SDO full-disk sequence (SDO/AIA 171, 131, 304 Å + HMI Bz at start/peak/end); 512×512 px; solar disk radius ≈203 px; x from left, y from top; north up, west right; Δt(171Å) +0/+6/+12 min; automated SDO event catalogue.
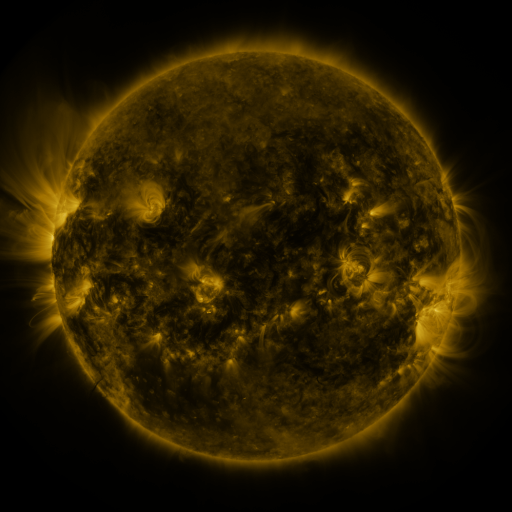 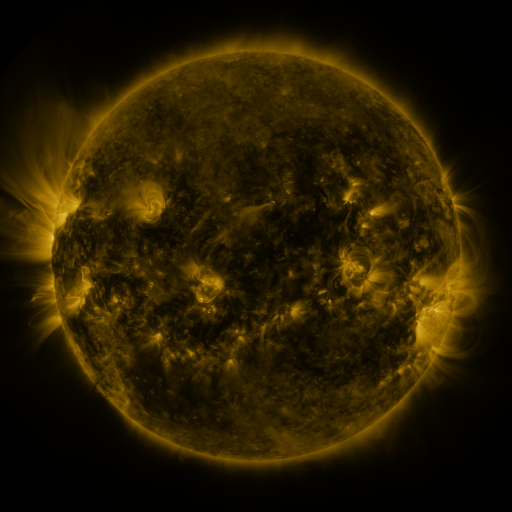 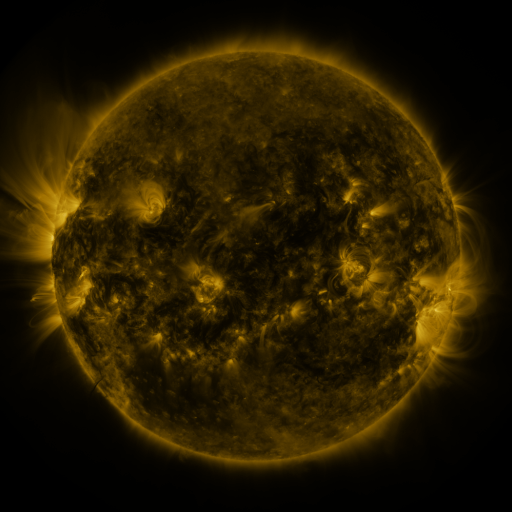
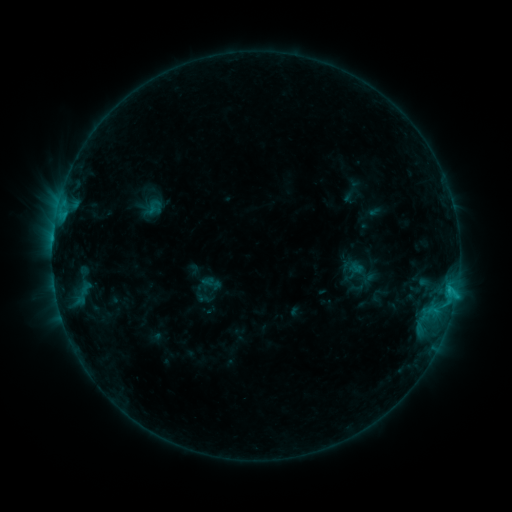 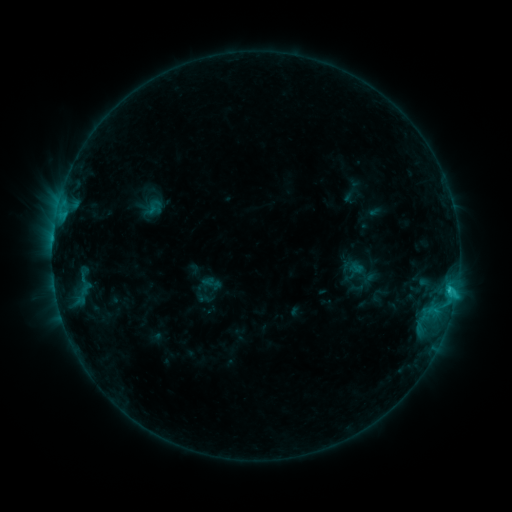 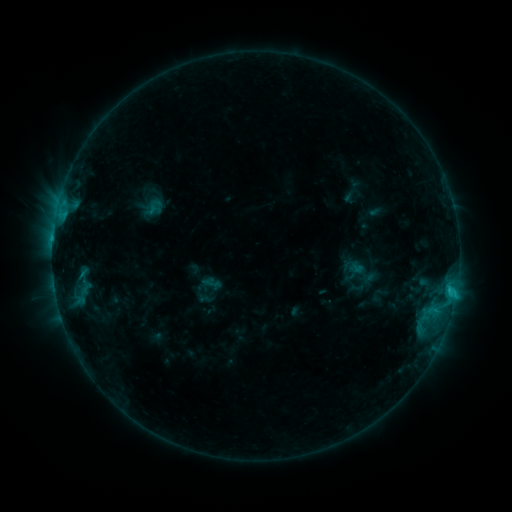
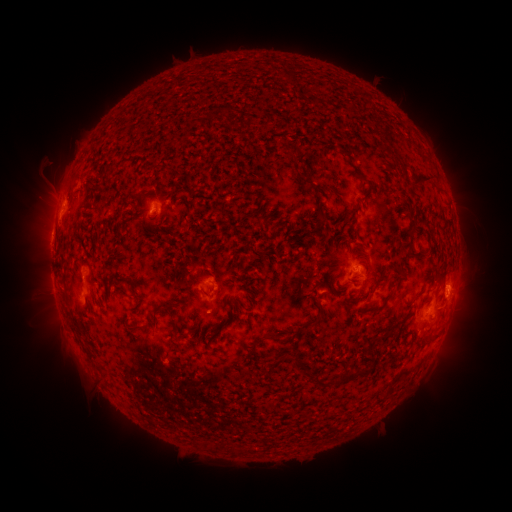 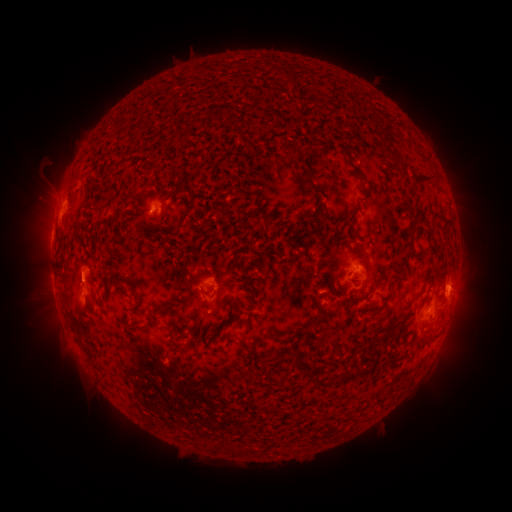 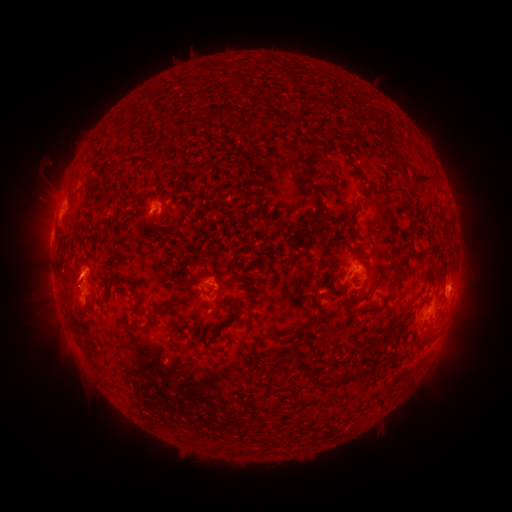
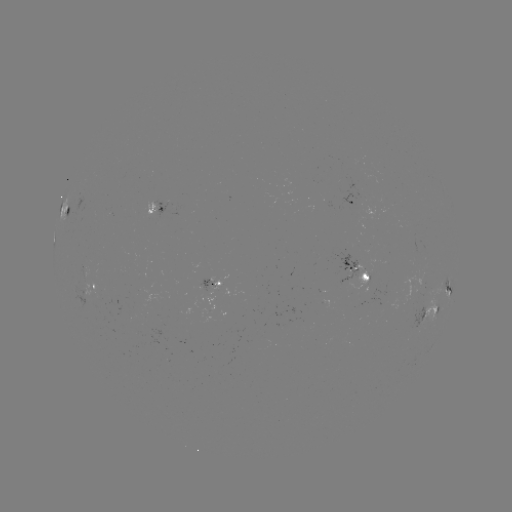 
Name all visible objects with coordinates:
eruption: (75, 285)
